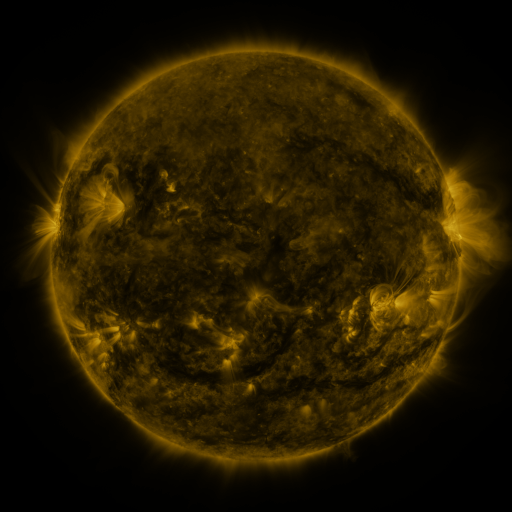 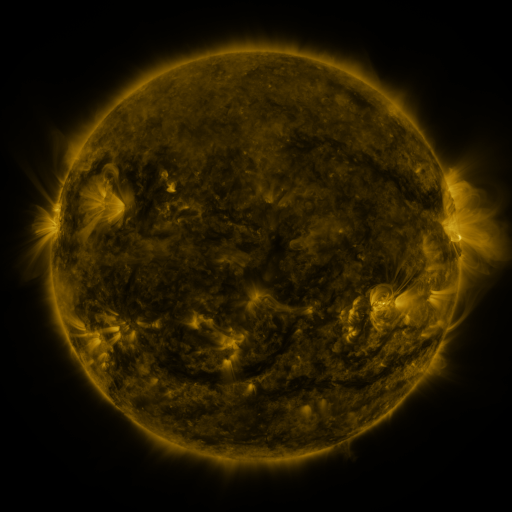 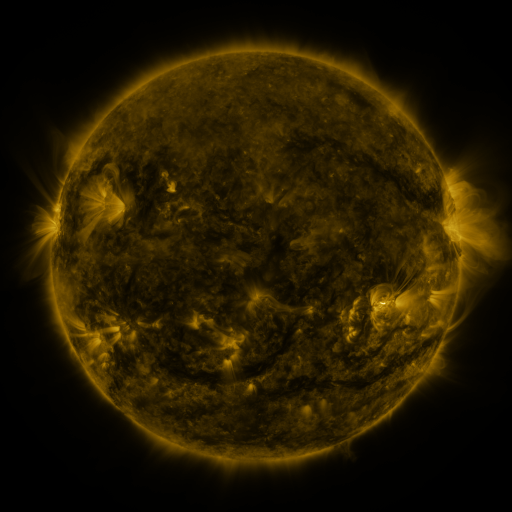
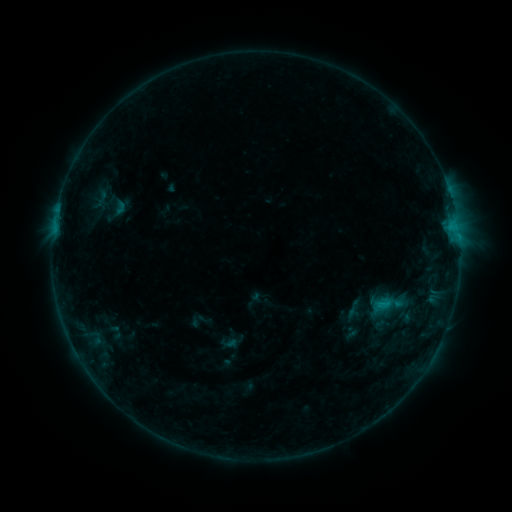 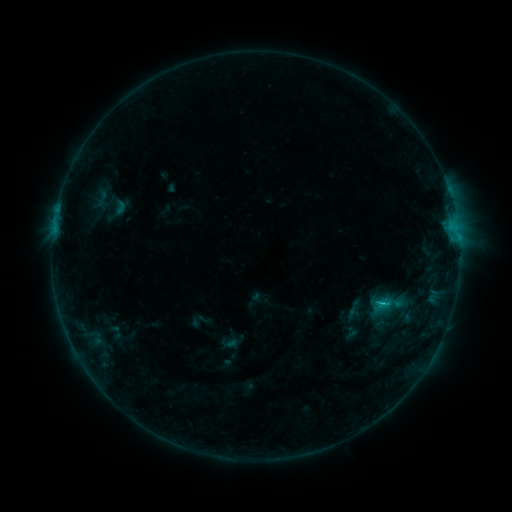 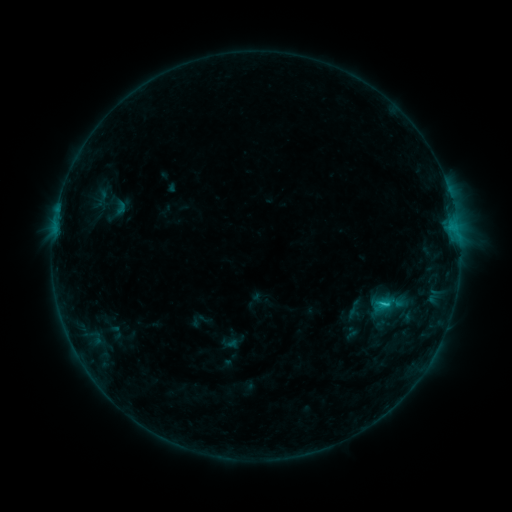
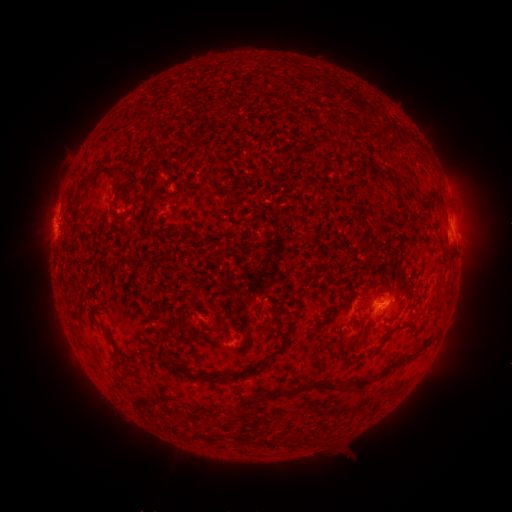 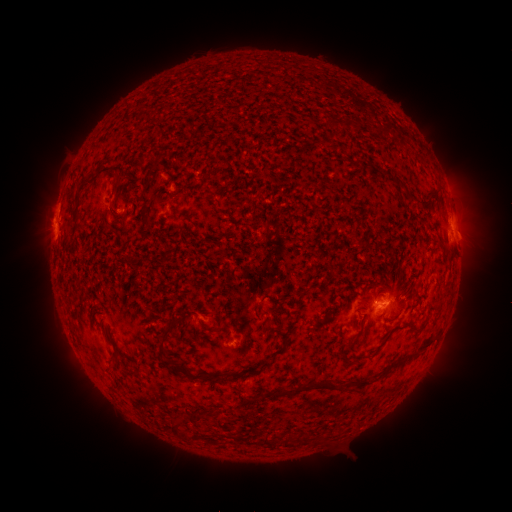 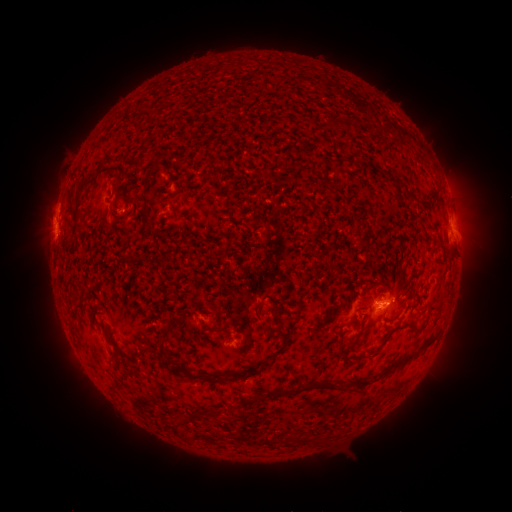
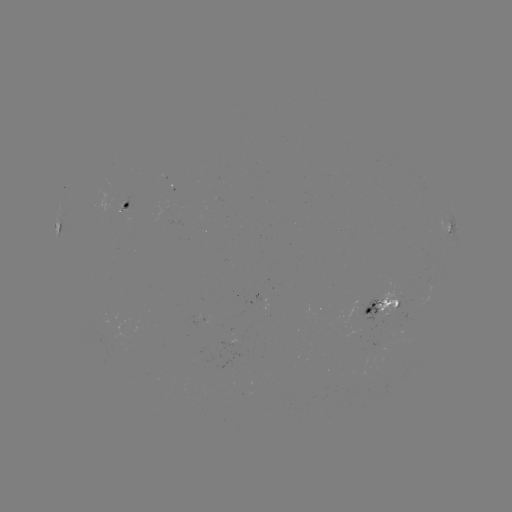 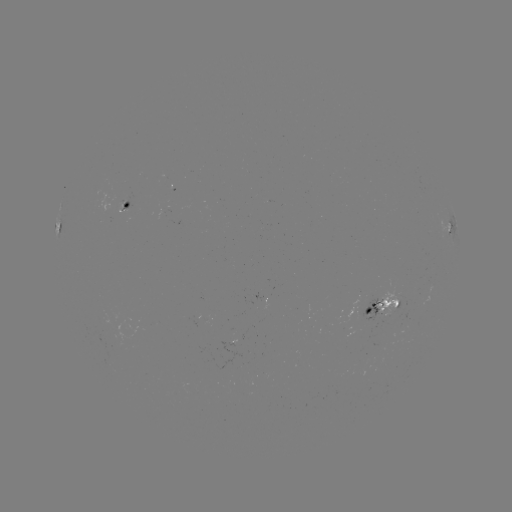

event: flare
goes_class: C1.3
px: (381, 301)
